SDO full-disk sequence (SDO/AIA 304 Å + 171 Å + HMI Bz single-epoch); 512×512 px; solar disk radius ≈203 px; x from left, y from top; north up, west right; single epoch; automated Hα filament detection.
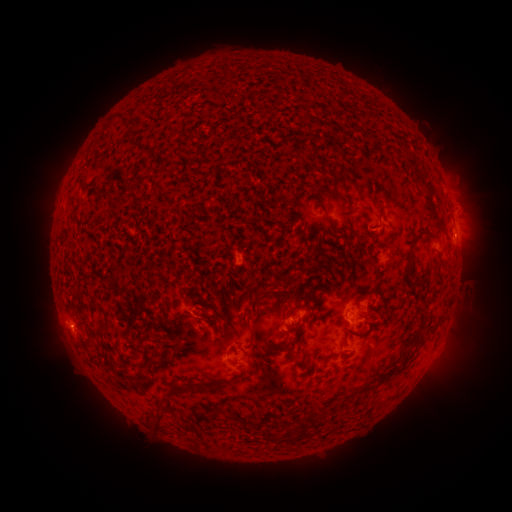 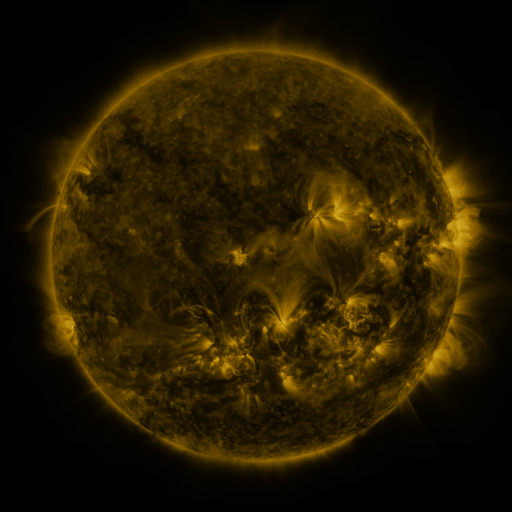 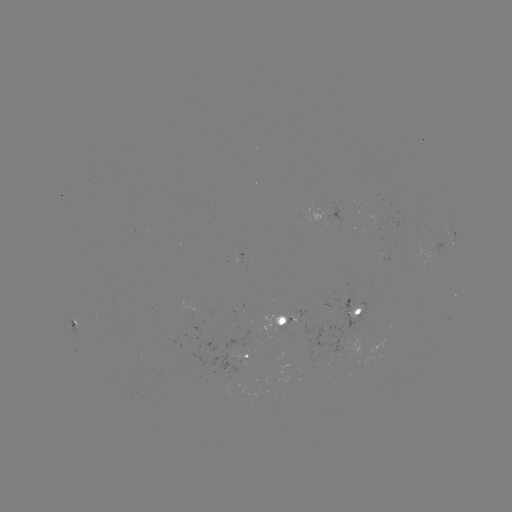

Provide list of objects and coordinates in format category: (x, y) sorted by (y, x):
filament: (137, 147)
filament: (311, 156)
filament: (325, 212)
filament: (349, 218)
filament: (441, 222)
filament: (286, 228)
filament: (372, 236)
filament: (413, 240)
filament: (255, 297)
filament: (104, 331)
filament: (289, 346)
filament: (139, 347)
filament: (304, 360)
filament: (150, 365)
filament: (201, 388)
filament: (184, 390)
filament: (160, 422)
filament: (287, 439)
